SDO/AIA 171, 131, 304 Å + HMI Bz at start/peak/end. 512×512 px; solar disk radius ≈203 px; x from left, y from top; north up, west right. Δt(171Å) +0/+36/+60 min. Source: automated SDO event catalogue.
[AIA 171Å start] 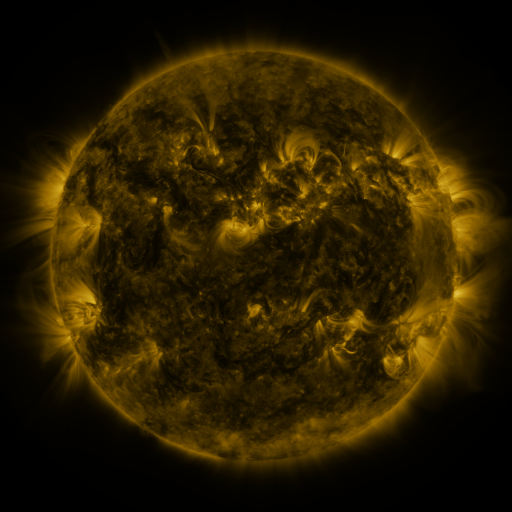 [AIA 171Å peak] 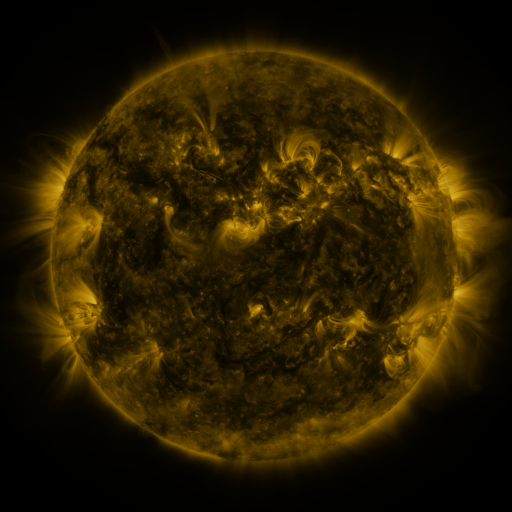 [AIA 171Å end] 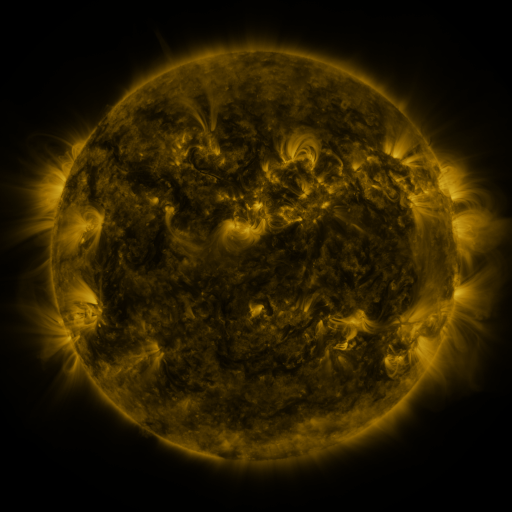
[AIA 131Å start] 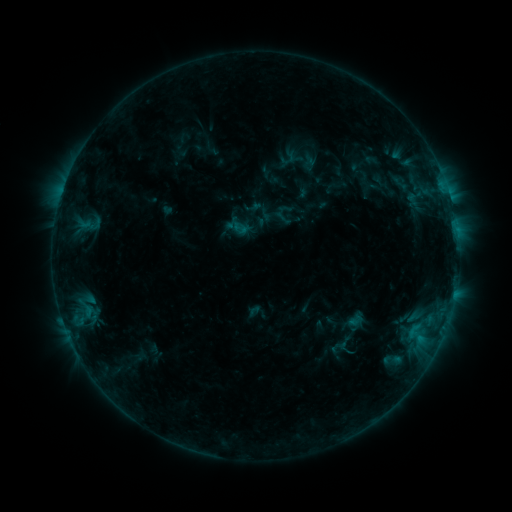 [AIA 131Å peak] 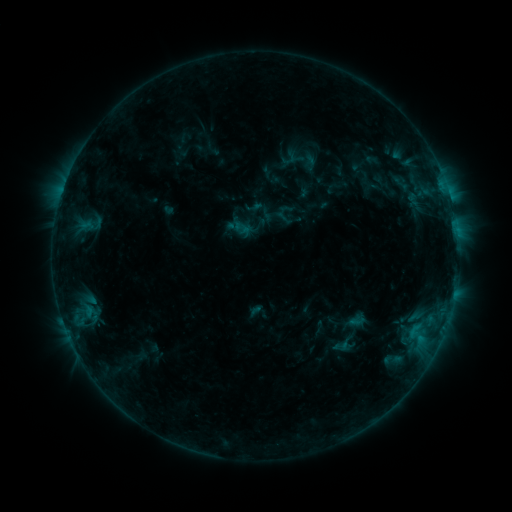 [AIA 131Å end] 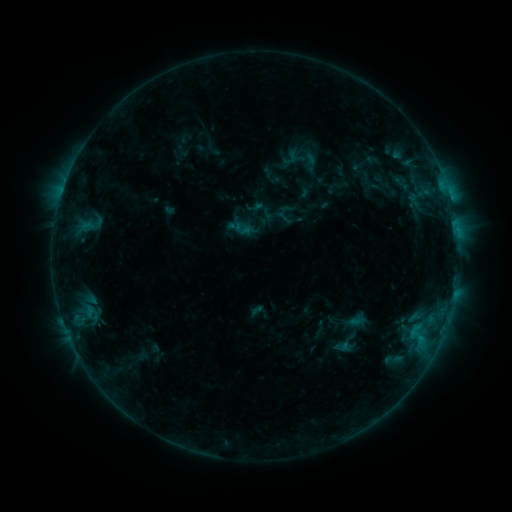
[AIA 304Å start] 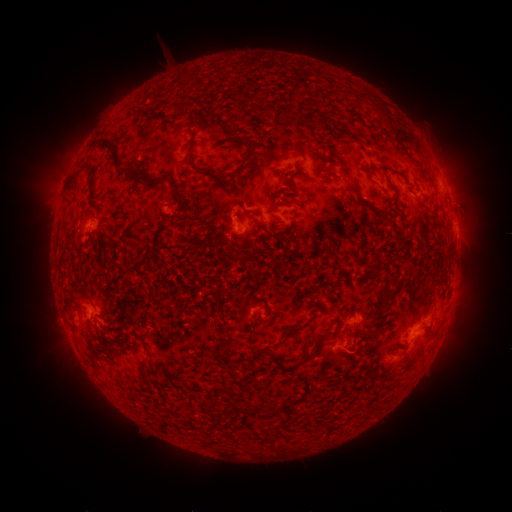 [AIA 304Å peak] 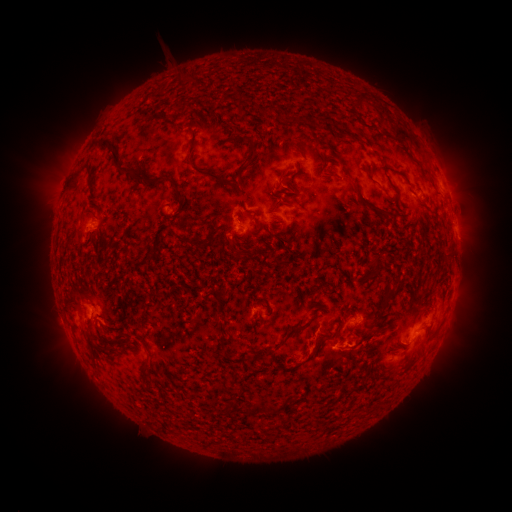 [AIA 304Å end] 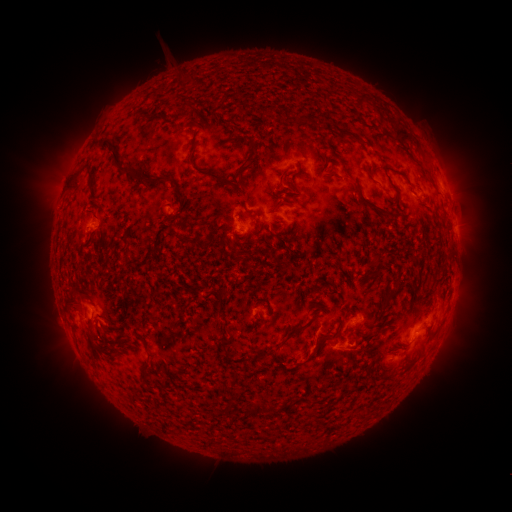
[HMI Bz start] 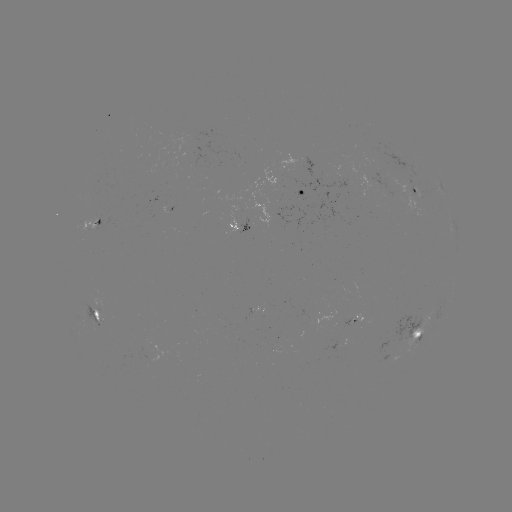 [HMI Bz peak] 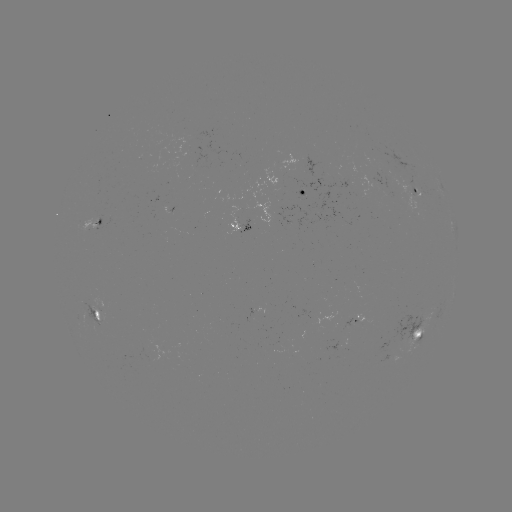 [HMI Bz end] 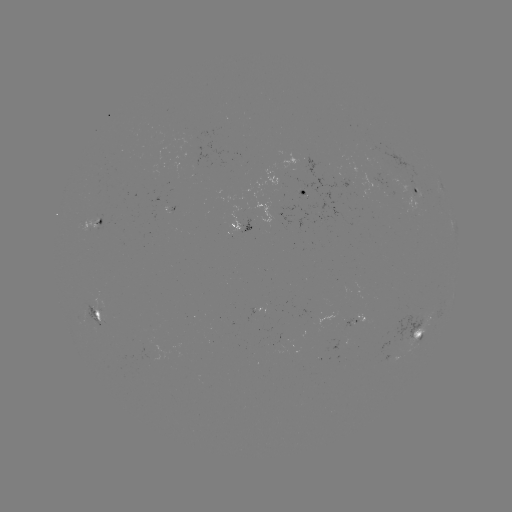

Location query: B6.4 flare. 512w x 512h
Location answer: (344, 344).